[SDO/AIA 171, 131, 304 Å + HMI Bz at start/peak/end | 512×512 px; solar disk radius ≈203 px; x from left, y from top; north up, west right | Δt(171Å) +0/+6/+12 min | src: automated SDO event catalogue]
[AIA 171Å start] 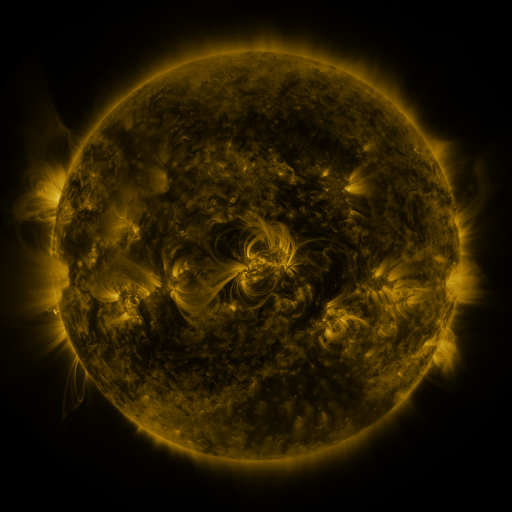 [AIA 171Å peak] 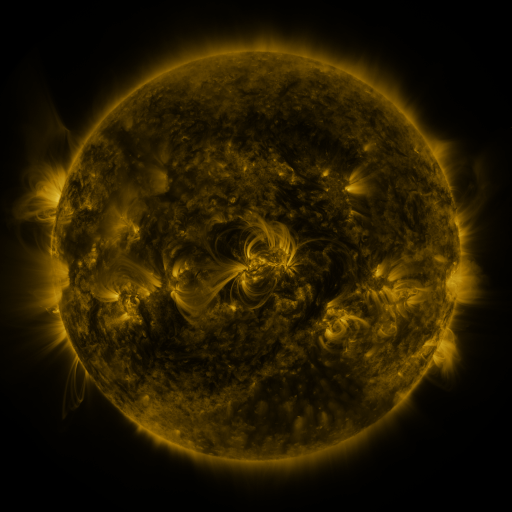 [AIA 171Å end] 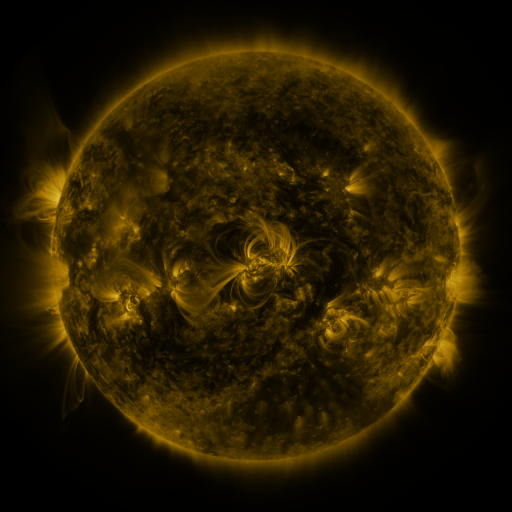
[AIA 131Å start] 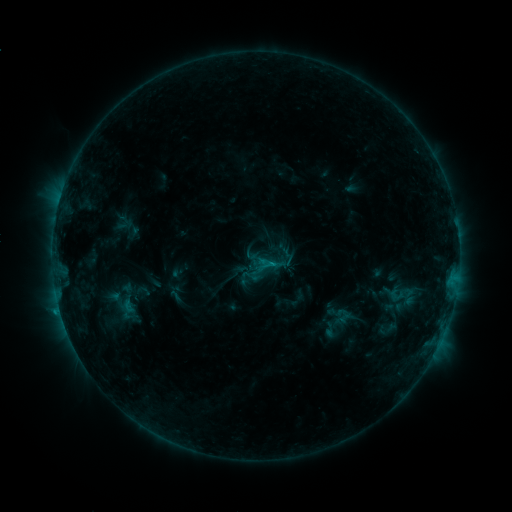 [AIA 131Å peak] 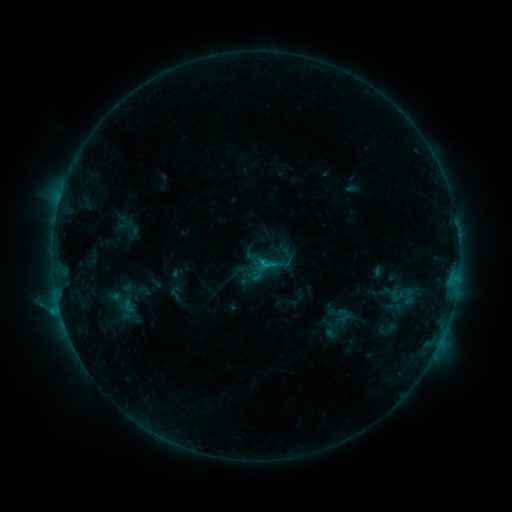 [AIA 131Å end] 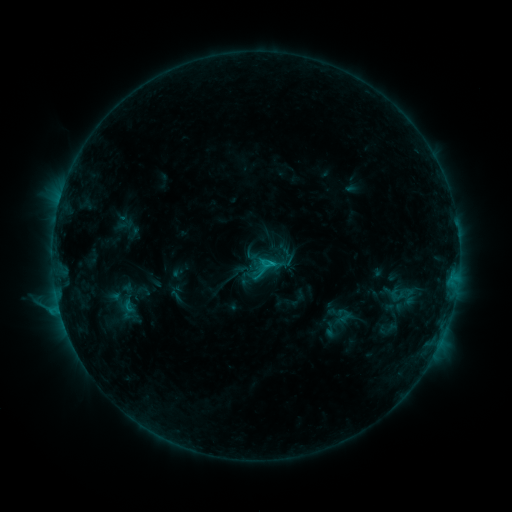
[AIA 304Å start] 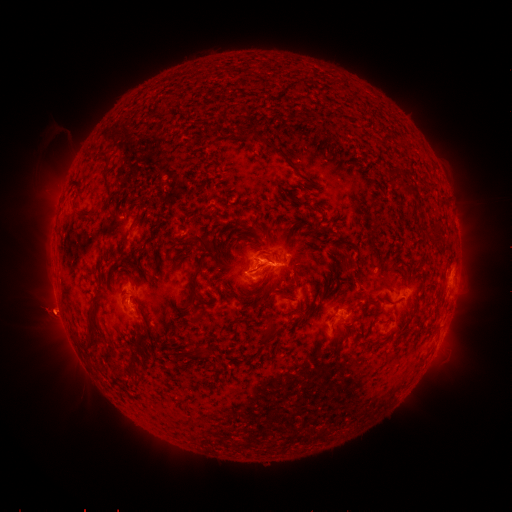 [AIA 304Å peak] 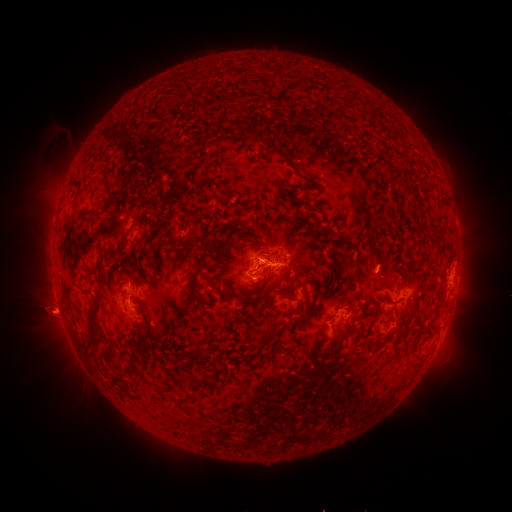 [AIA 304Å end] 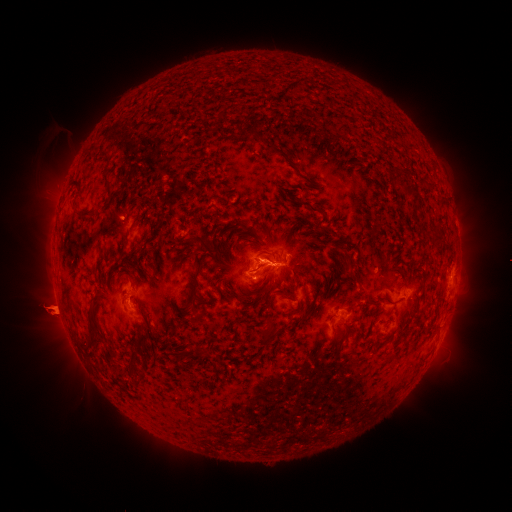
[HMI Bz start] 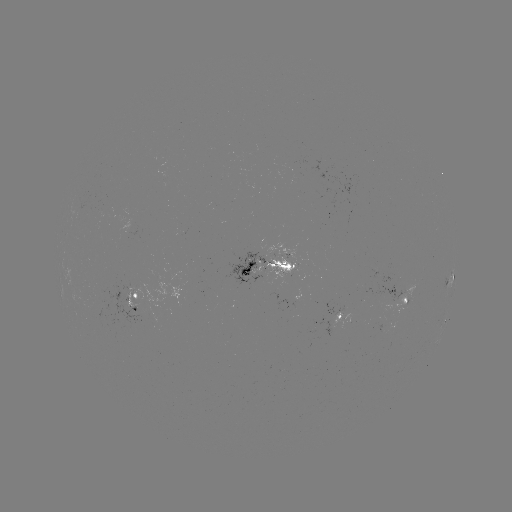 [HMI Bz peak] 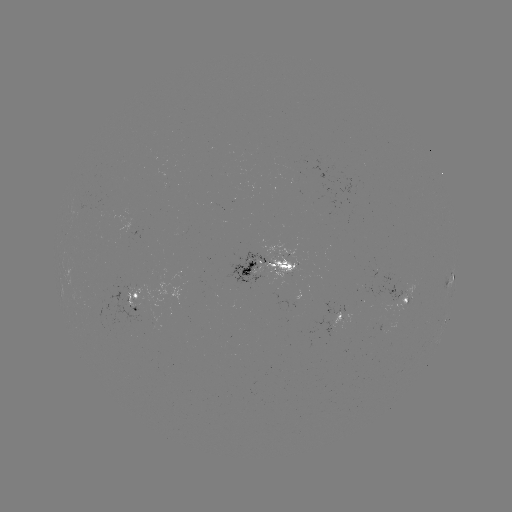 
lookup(C1.9 flare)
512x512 263,261